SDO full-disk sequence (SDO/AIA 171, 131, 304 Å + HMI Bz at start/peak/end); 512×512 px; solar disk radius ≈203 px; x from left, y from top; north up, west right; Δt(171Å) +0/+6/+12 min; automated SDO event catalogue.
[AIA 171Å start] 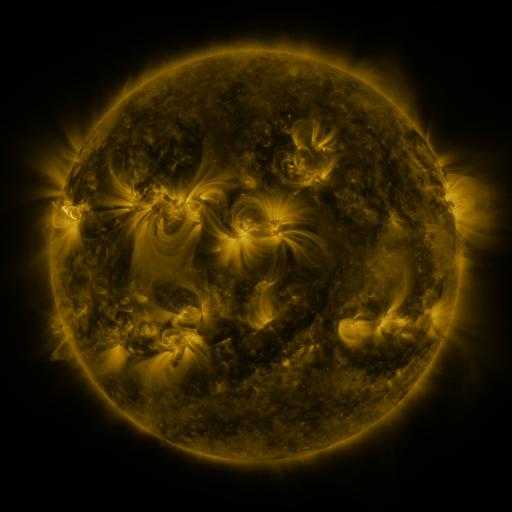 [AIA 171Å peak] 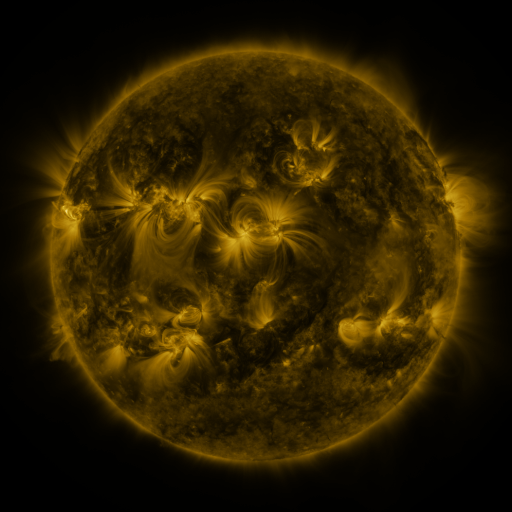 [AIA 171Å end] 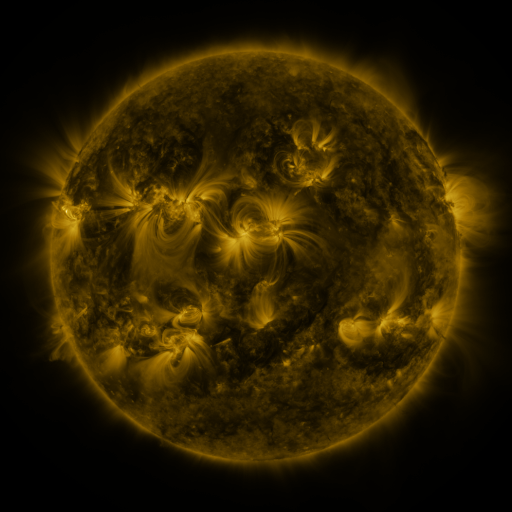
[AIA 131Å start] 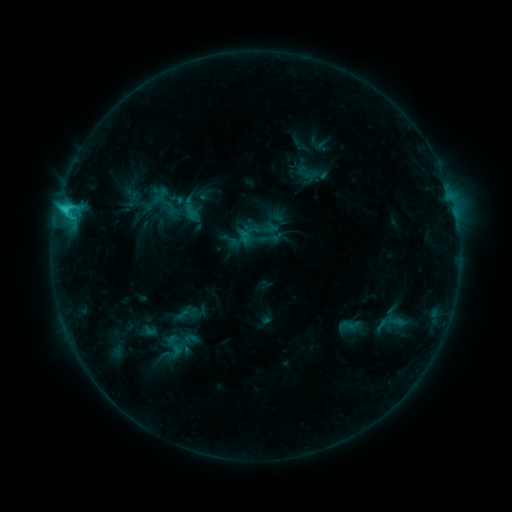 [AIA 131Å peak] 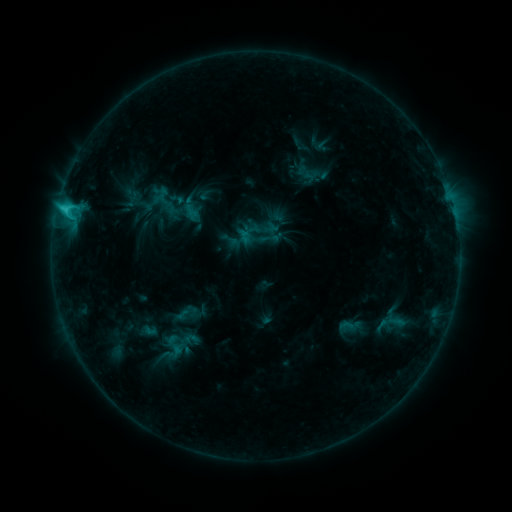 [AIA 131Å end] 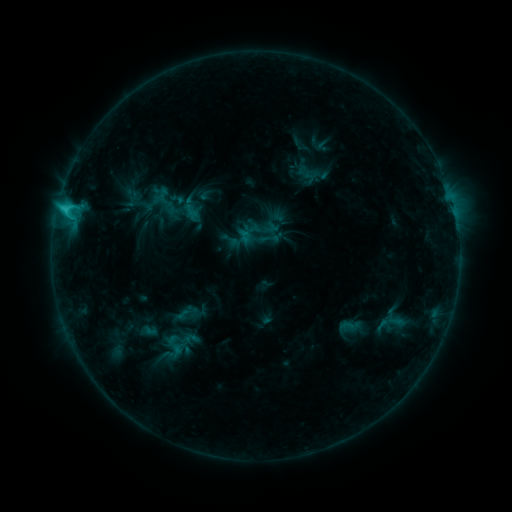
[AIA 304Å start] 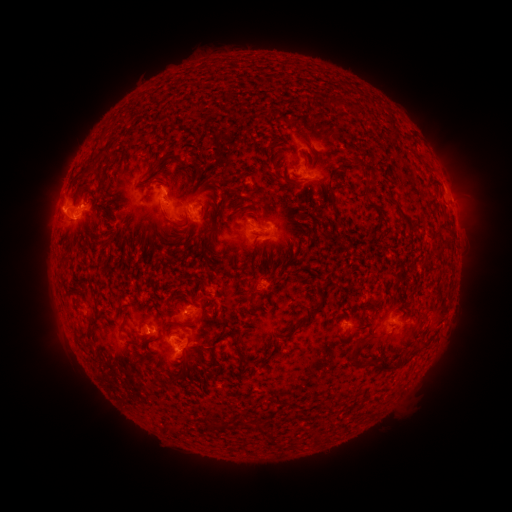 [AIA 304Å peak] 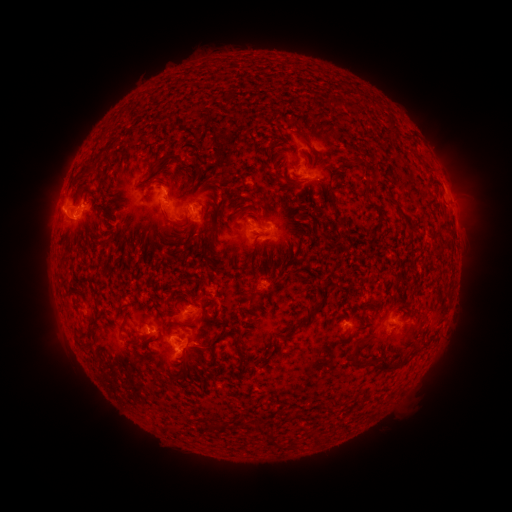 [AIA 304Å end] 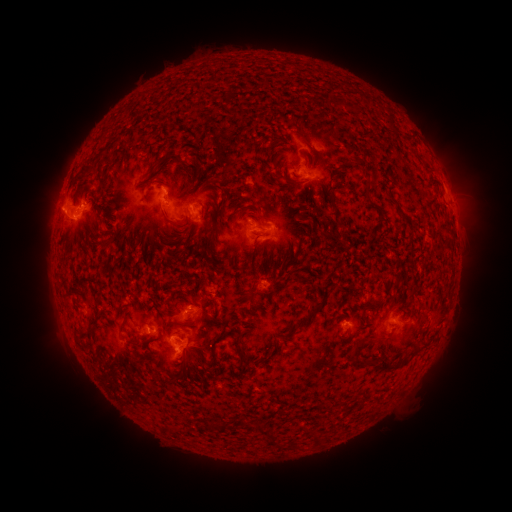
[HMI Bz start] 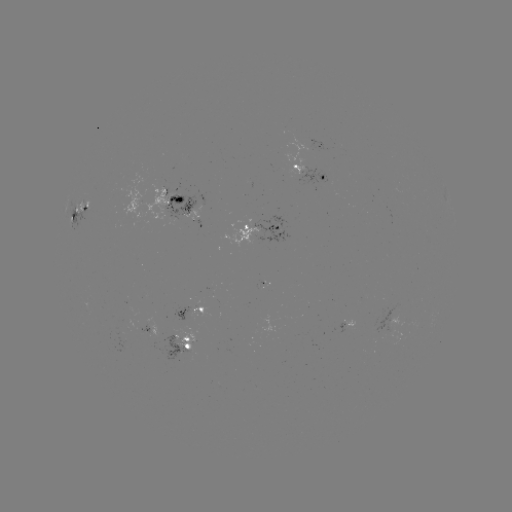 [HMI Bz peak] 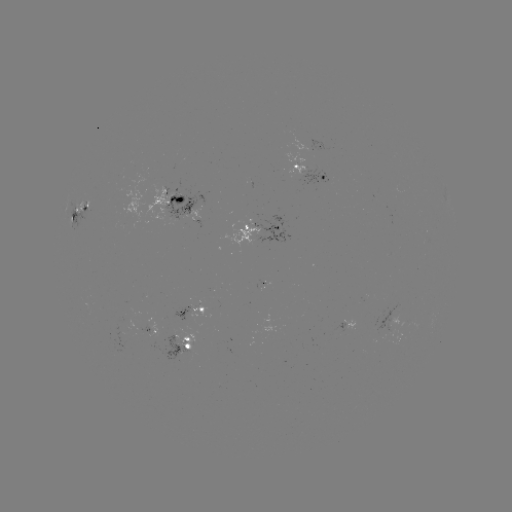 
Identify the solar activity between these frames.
no classed flare was catalogued and no EUV brightening was flagged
